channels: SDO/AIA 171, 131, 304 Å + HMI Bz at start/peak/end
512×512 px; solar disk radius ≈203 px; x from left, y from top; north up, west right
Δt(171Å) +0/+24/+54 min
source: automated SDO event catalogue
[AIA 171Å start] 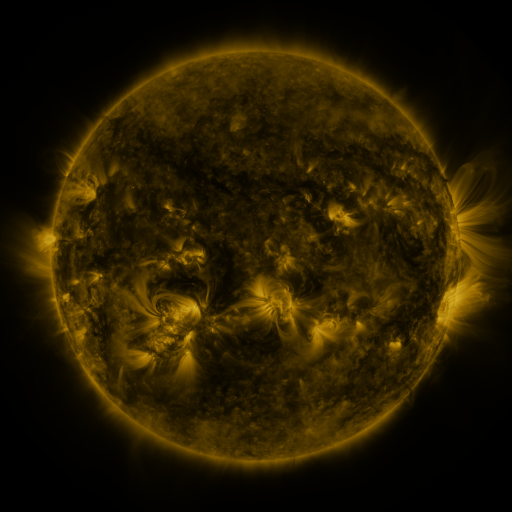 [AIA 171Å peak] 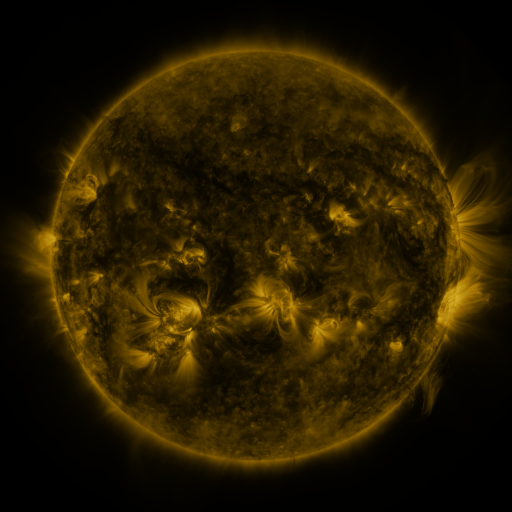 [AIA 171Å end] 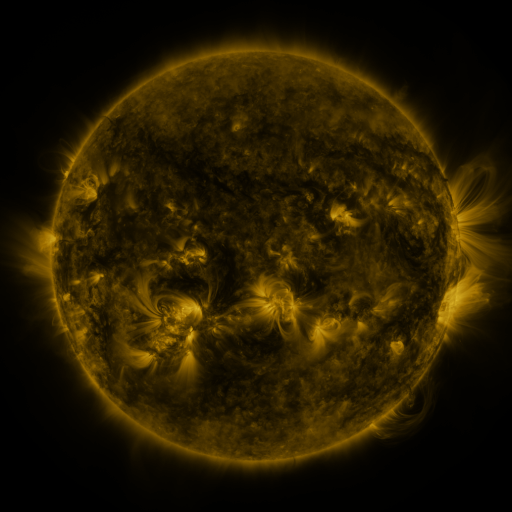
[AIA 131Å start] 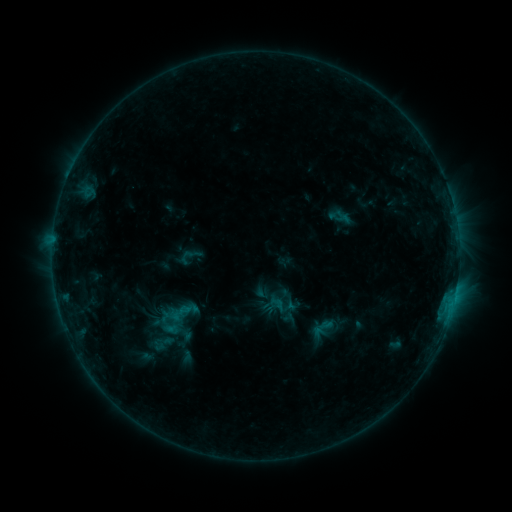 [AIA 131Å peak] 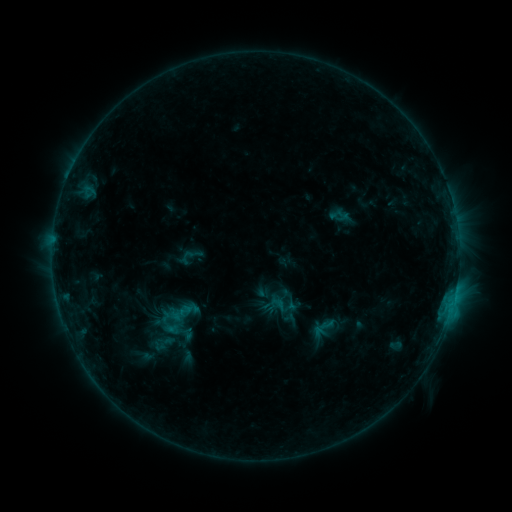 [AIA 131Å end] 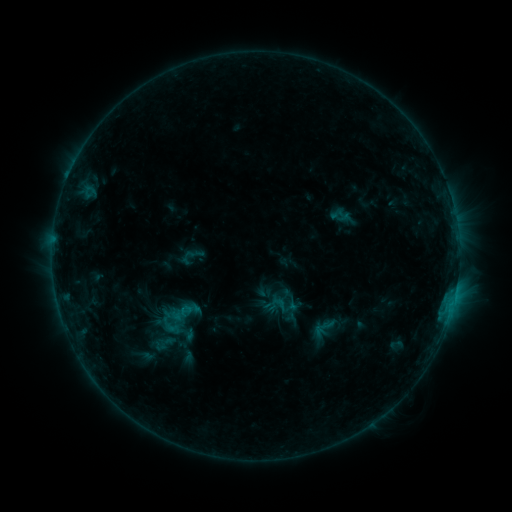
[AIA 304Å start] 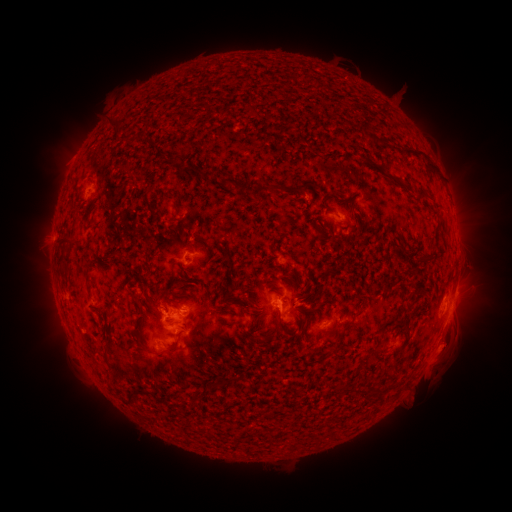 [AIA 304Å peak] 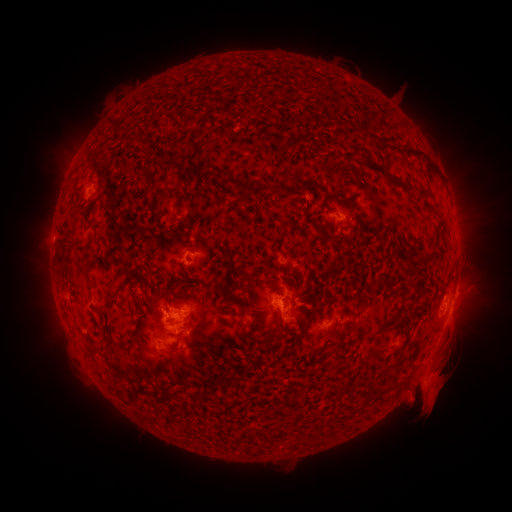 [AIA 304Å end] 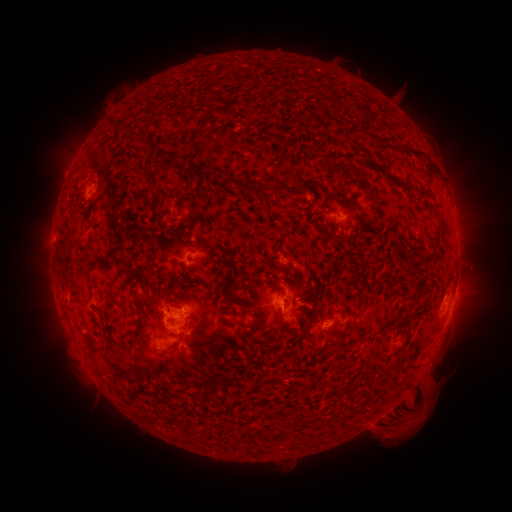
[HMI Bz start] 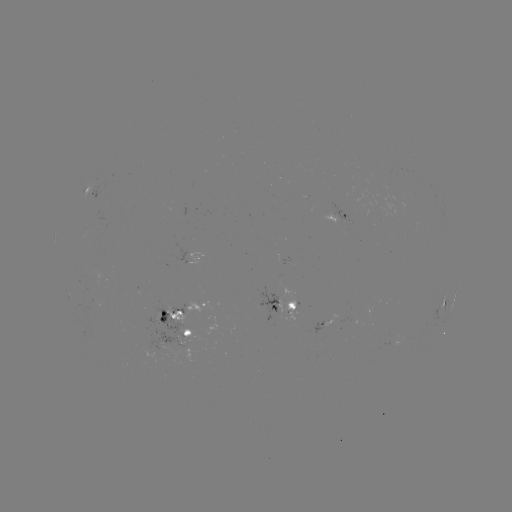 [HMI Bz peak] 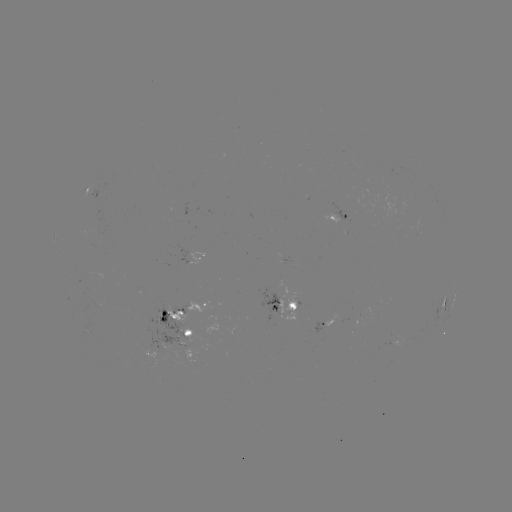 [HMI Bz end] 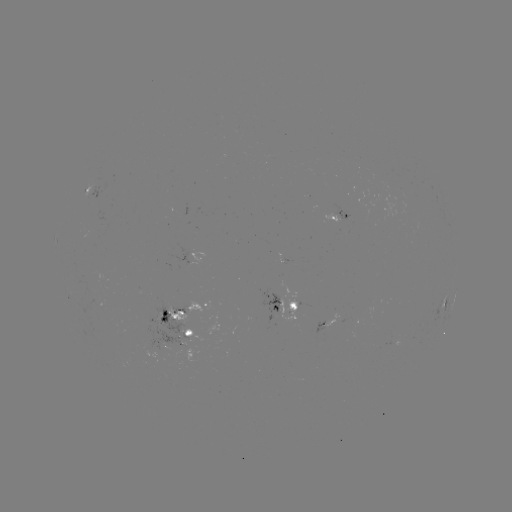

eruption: <bbox>366, 317, 490, 453</bbox>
